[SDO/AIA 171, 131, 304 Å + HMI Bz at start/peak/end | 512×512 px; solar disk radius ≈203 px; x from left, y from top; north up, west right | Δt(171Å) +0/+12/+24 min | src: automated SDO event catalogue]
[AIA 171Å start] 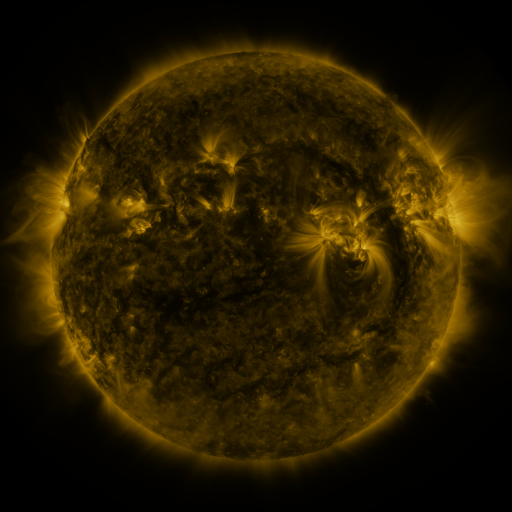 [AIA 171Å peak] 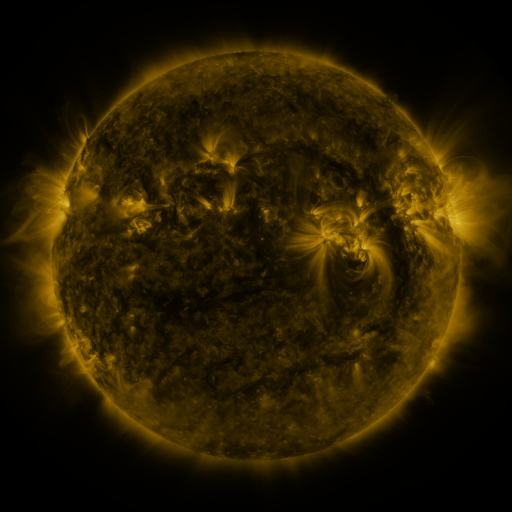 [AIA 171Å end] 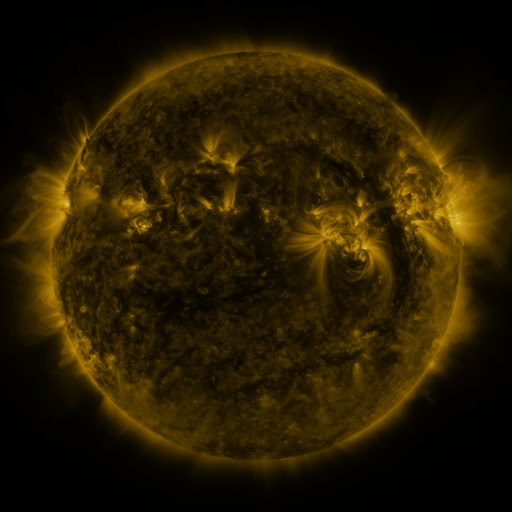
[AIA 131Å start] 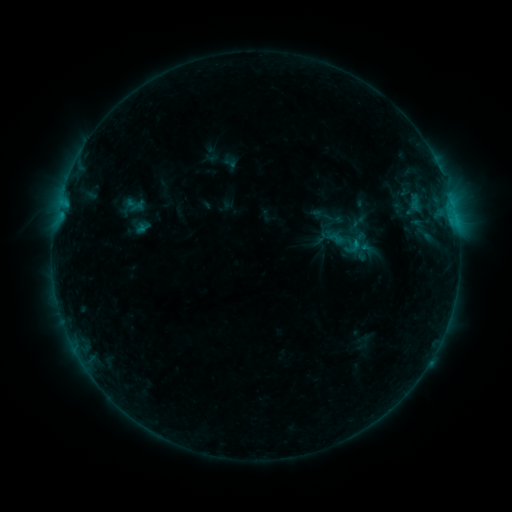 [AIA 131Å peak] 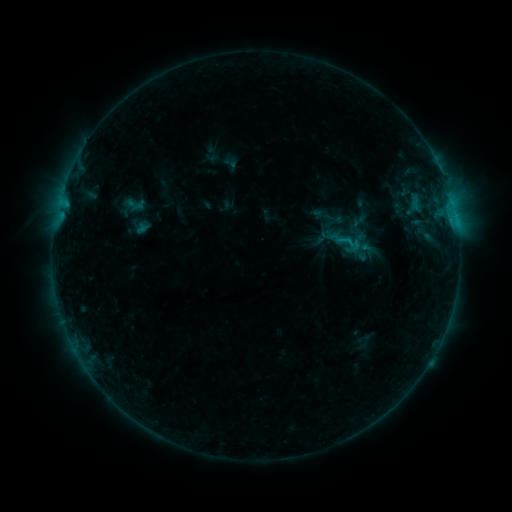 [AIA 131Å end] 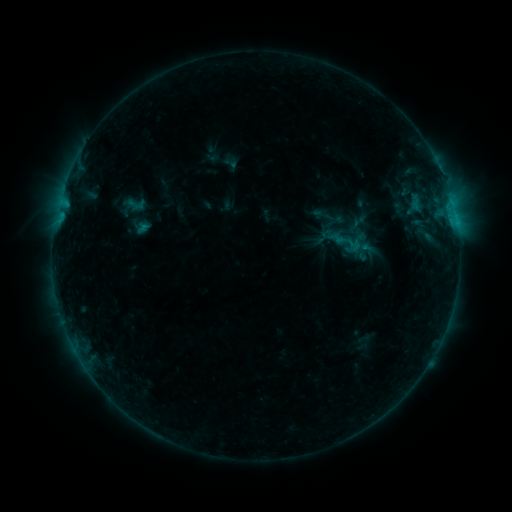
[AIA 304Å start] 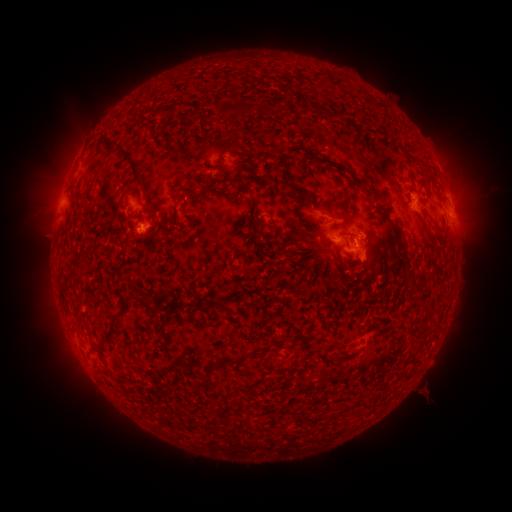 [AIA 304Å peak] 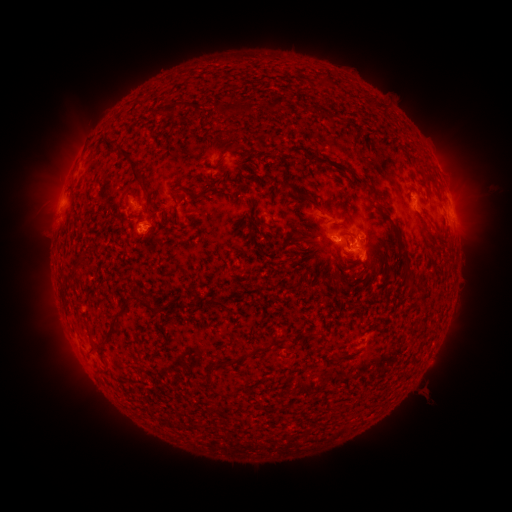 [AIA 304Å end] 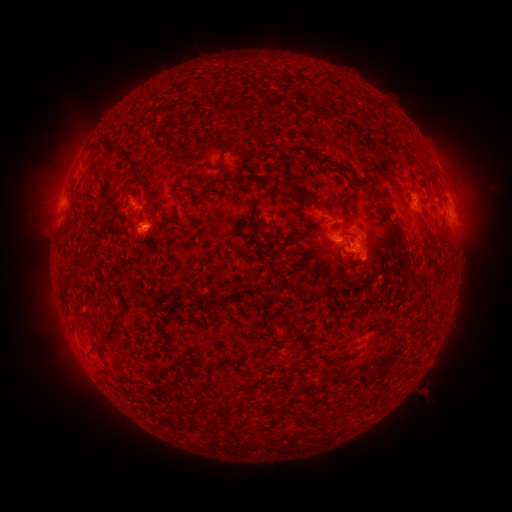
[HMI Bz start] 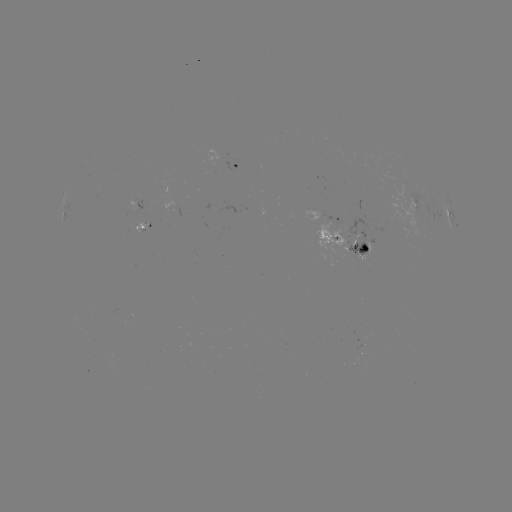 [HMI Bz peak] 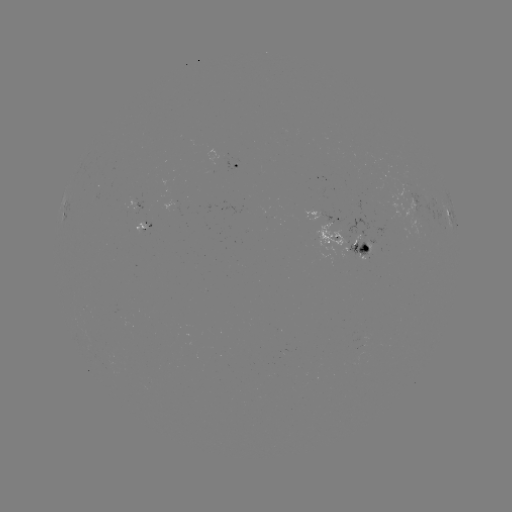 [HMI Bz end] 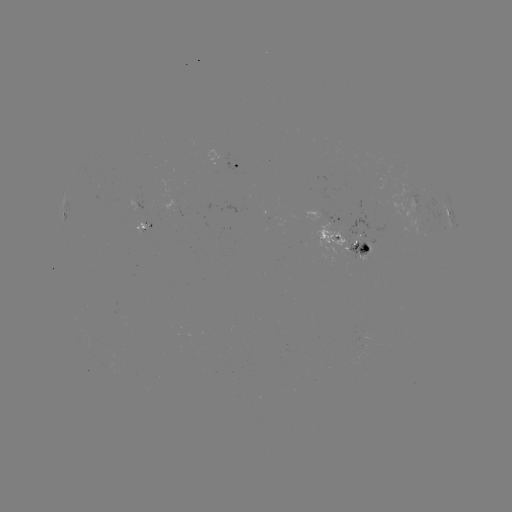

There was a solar flare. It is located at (357, 263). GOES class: B7.7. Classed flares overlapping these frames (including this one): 1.